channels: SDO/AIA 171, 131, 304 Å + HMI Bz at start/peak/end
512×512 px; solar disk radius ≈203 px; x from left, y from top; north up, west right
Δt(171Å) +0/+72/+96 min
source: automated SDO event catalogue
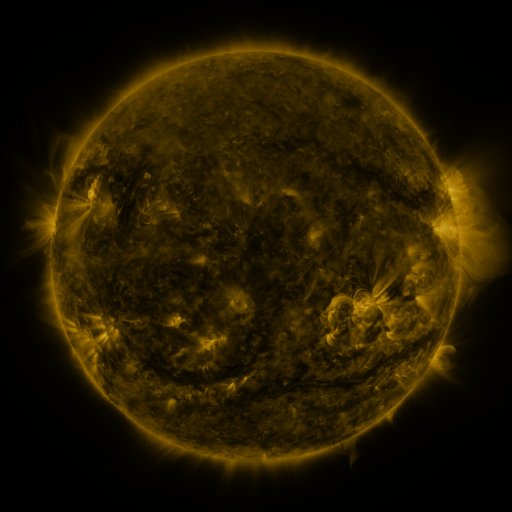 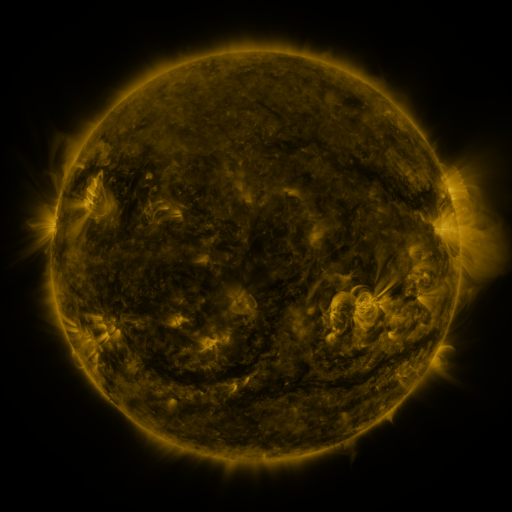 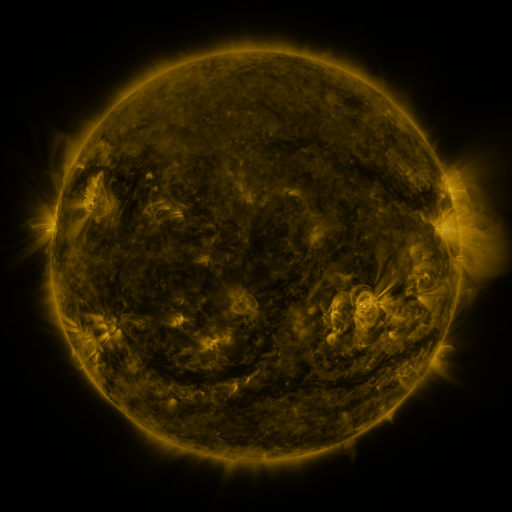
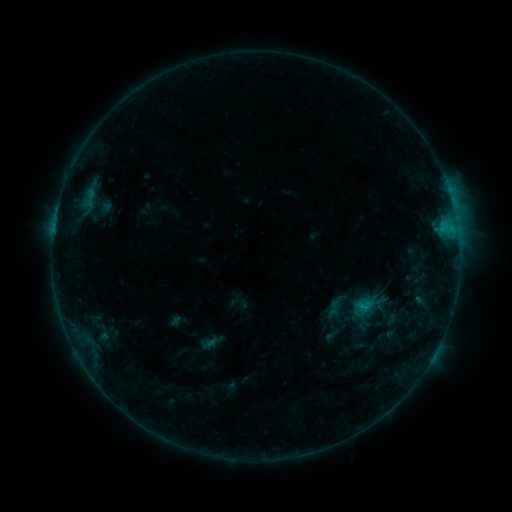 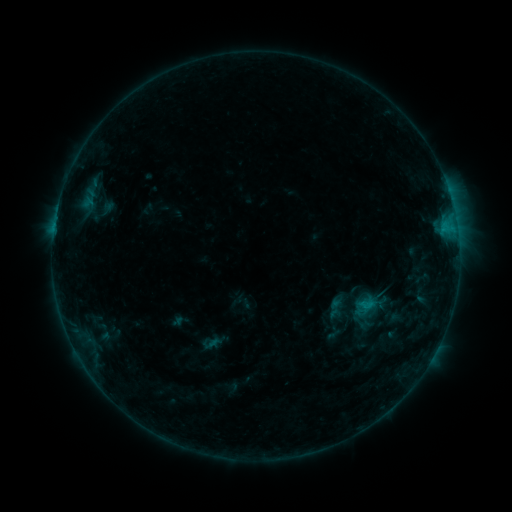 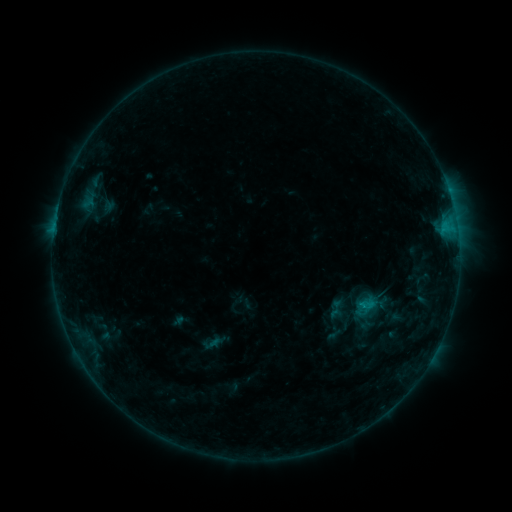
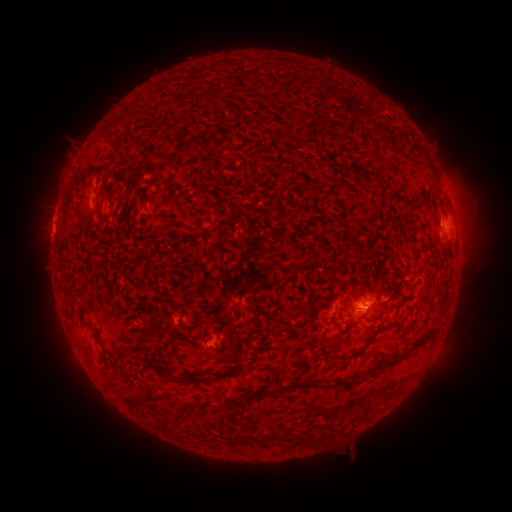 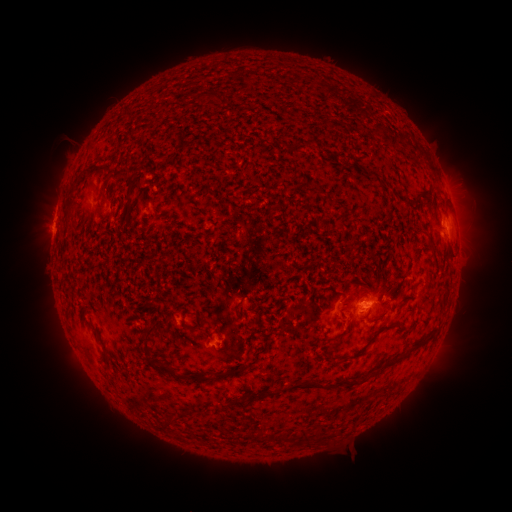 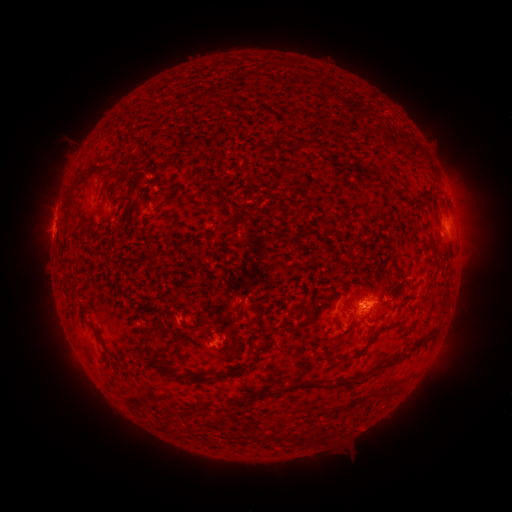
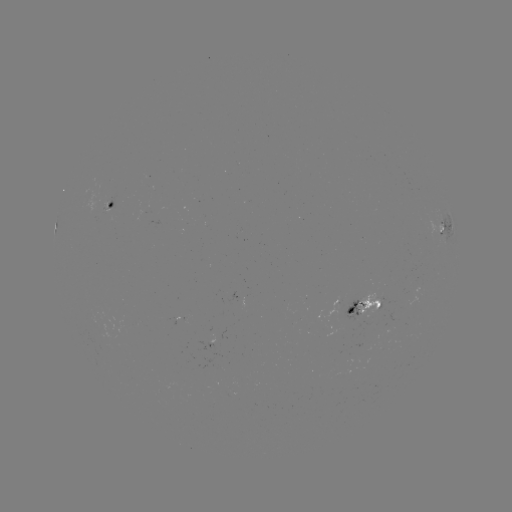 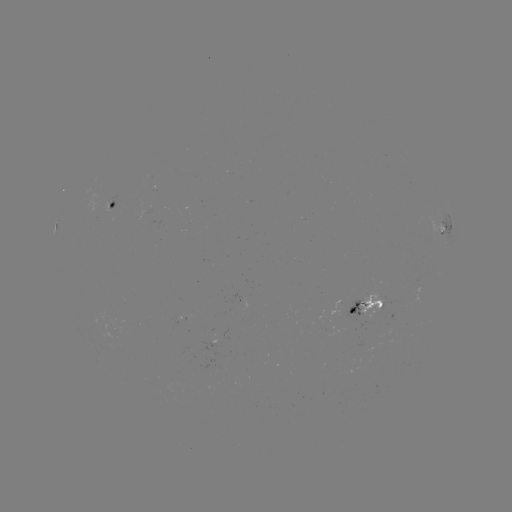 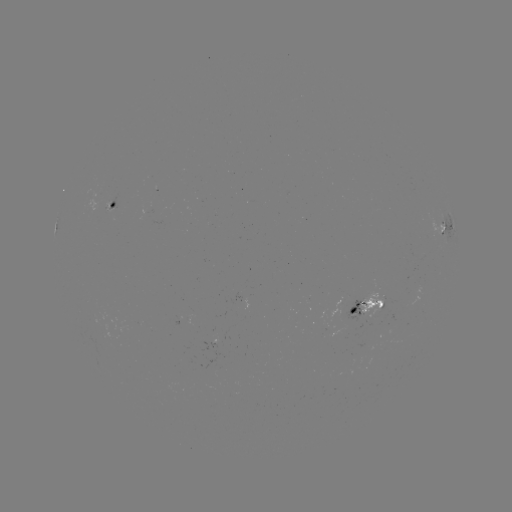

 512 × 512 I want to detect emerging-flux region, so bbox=[104, 201, 112, 213].